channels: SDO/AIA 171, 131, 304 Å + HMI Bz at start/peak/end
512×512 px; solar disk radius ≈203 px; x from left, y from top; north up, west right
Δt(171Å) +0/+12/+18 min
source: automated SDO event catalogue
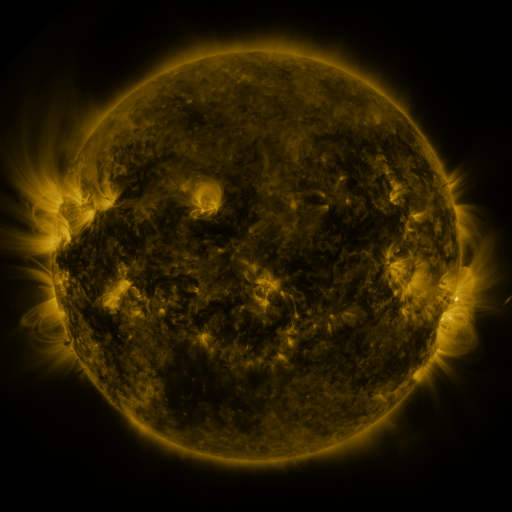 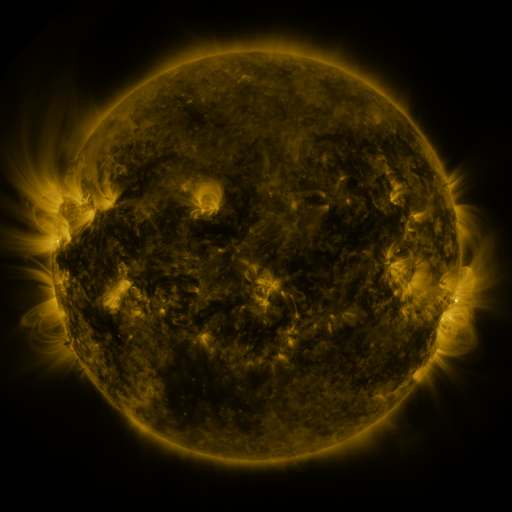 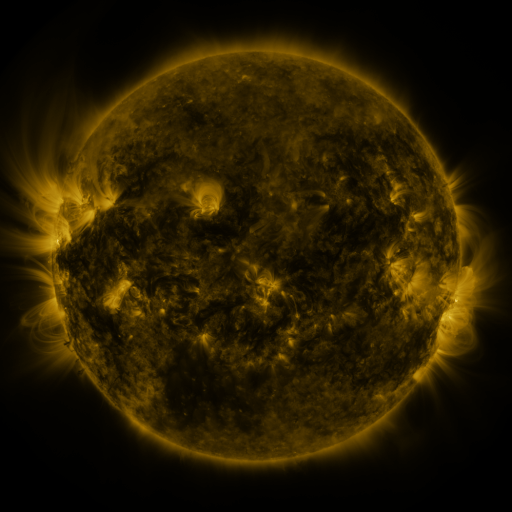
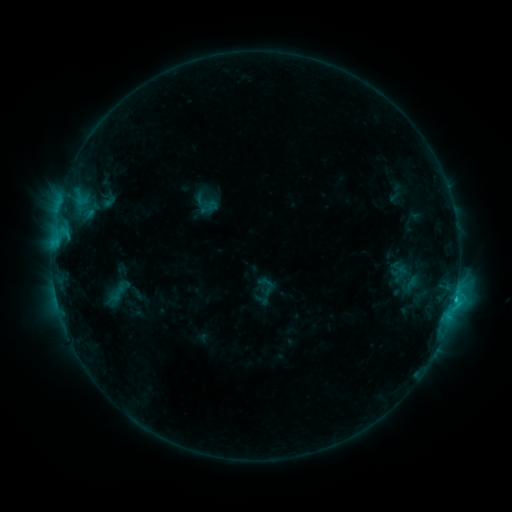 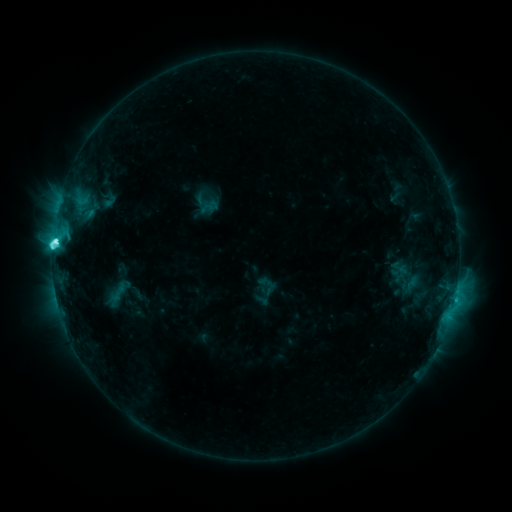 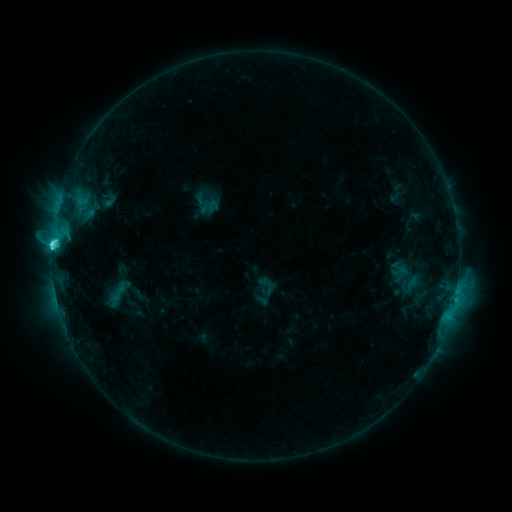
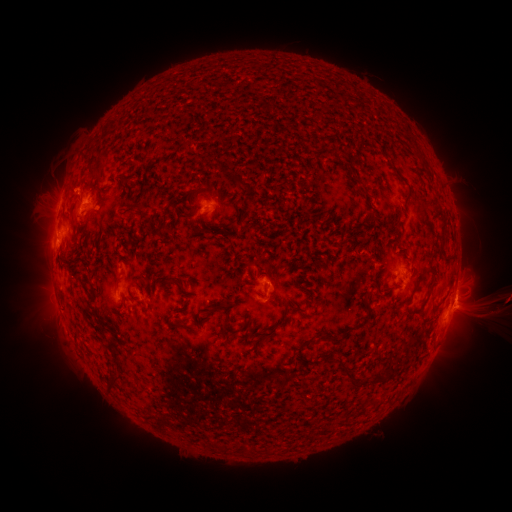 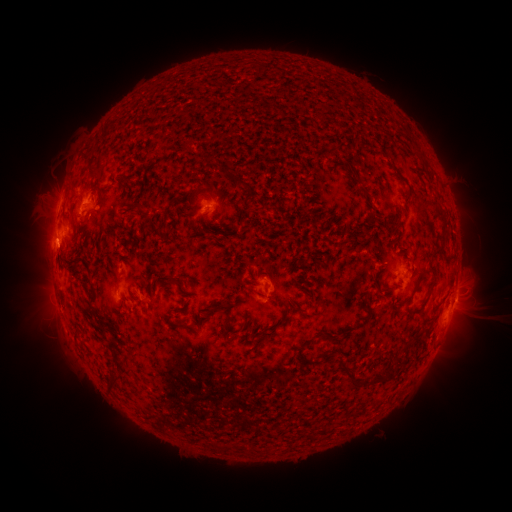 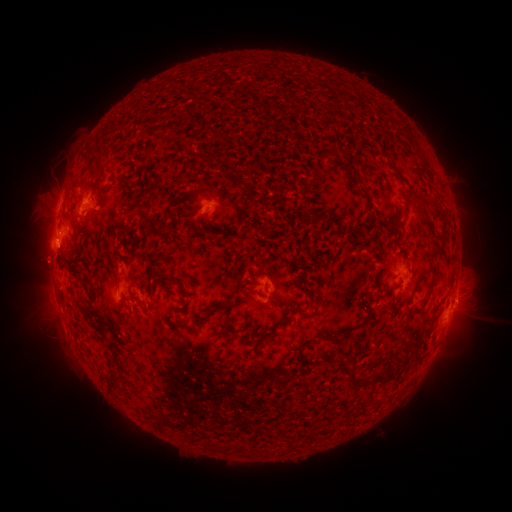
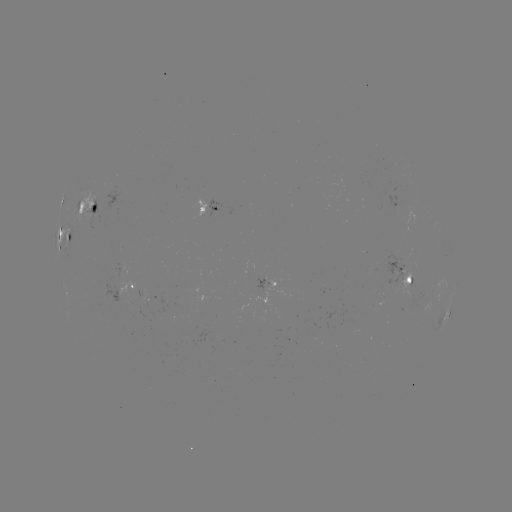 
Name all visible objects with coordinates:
C6.2 flare: (56, 243)
